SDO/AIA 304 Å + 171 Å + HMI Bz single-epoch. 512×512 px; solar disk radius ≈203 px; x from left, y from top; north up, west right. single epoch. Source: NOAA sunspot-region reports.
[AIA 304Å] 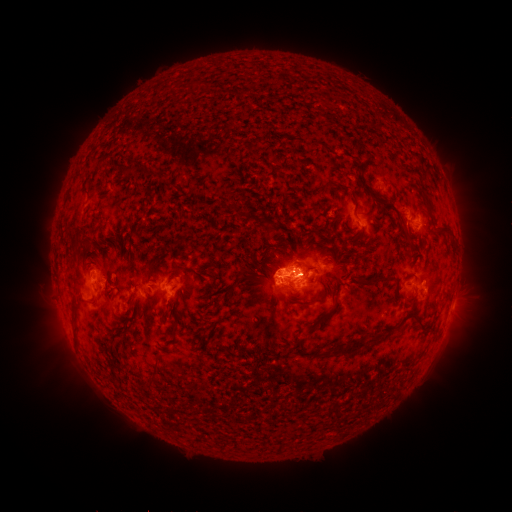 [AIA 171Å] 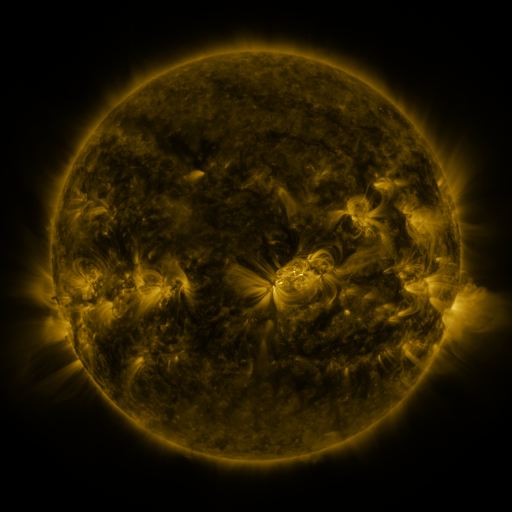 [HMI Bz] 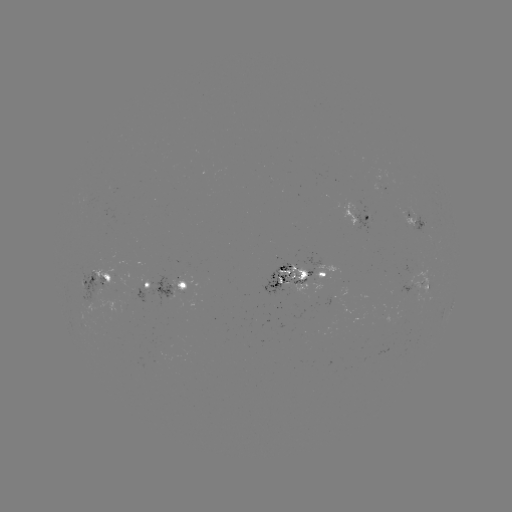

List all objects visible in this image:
spotted active region: (383, 189)
spotted active region: (413, 219)
spotted active region: (363, 221)
spotted active region: (97, 273)
spotted active region: (297, 275)
spotted active region: (166, 284)
spotted active region: (426, 286)
spotted active region: (453, 300)
